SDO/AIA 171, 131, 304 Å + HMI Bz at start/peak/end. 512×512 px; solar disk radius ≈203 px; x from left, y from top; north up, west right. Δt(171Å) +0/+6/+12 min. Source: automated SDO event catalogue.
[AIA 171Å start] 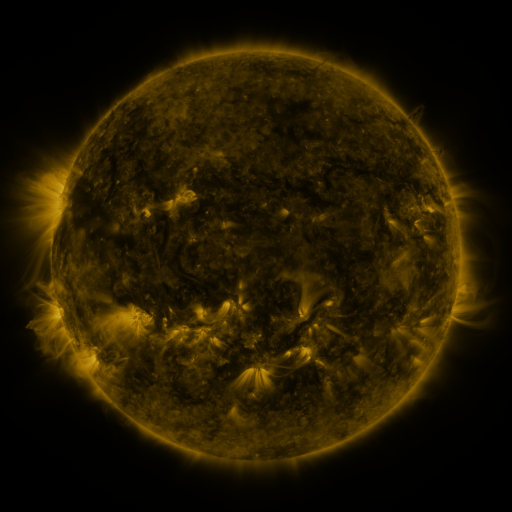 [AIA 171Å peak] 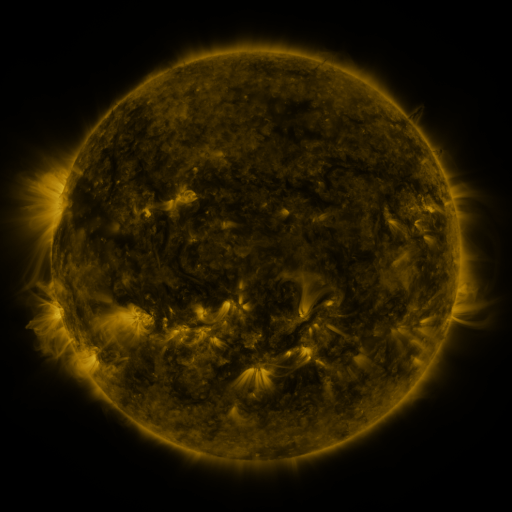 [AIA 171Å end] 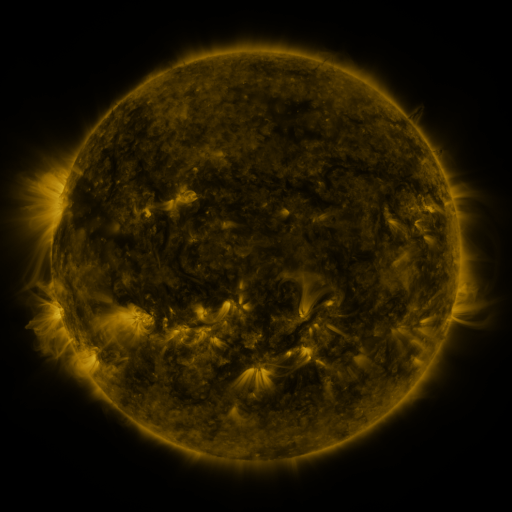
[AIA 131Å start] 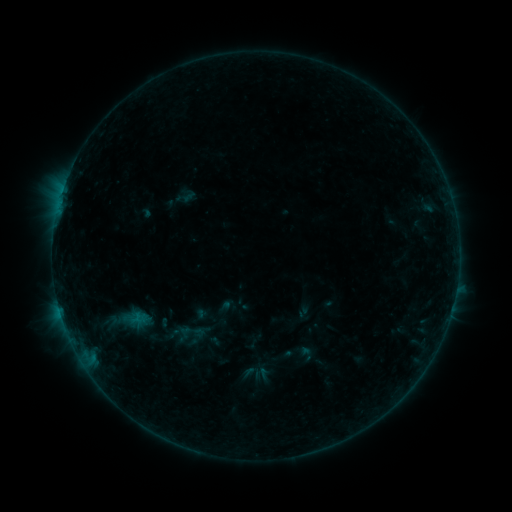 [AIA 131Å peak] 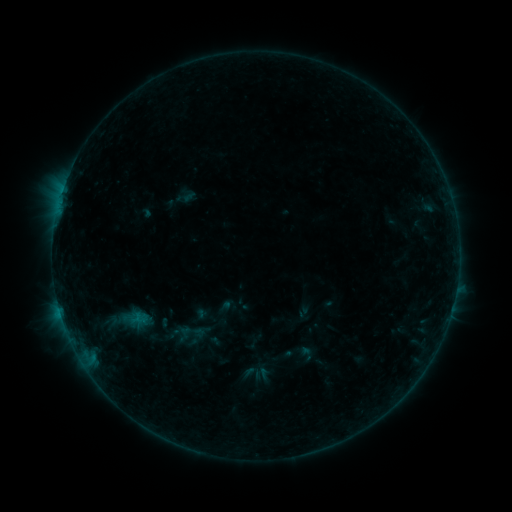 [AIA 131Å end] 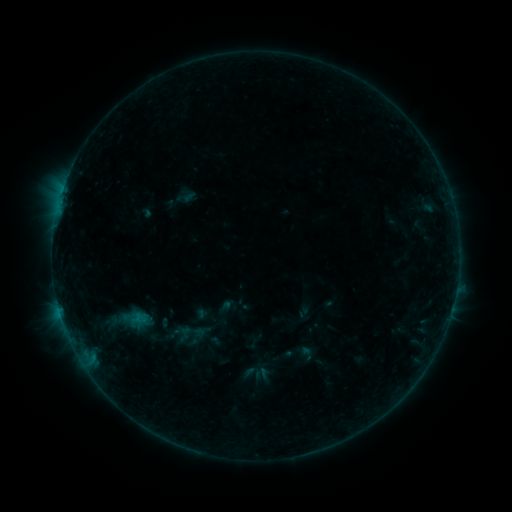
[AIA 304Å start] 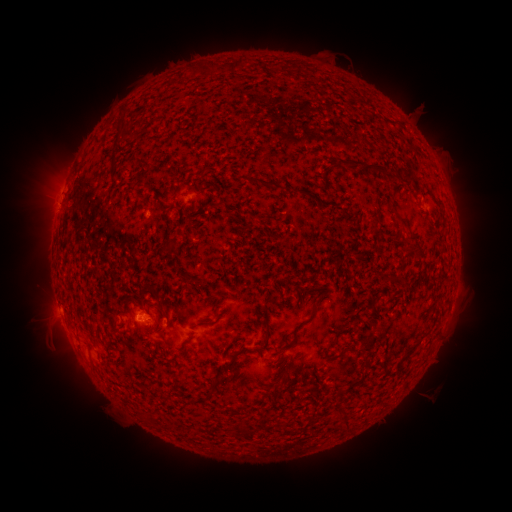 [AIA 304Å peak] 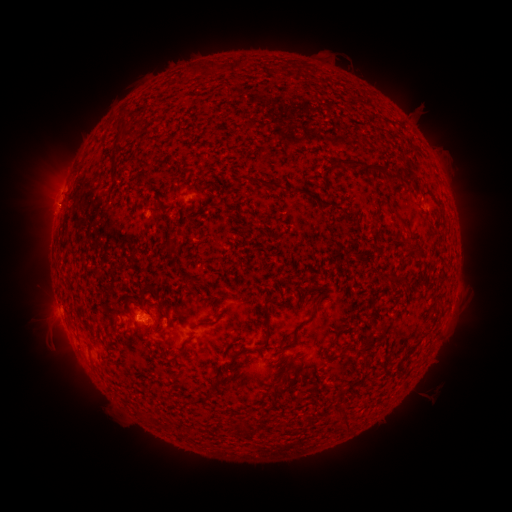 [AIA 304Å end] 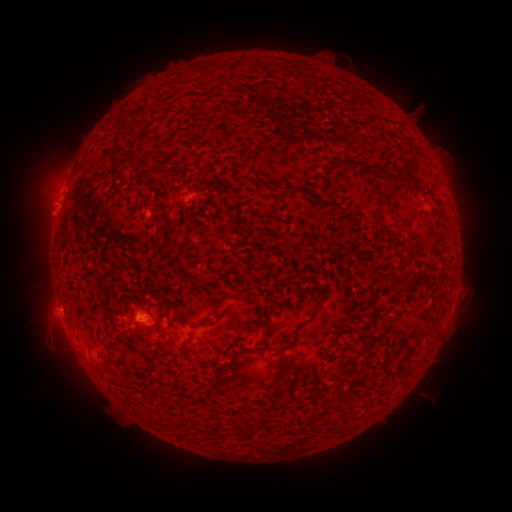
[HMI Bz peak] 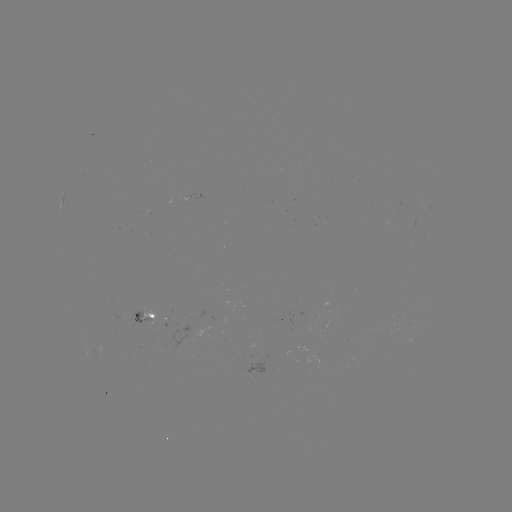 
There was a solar eruption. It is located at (53, 206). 